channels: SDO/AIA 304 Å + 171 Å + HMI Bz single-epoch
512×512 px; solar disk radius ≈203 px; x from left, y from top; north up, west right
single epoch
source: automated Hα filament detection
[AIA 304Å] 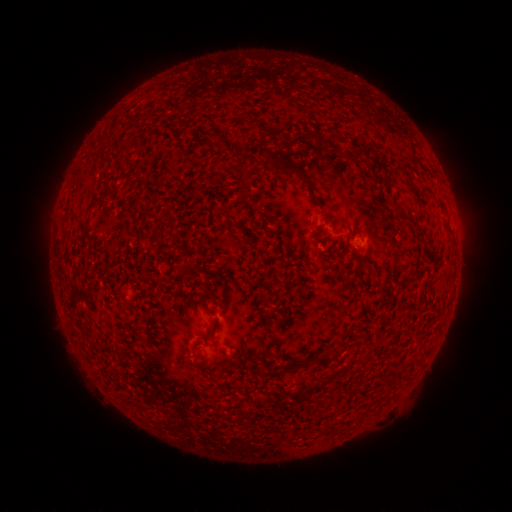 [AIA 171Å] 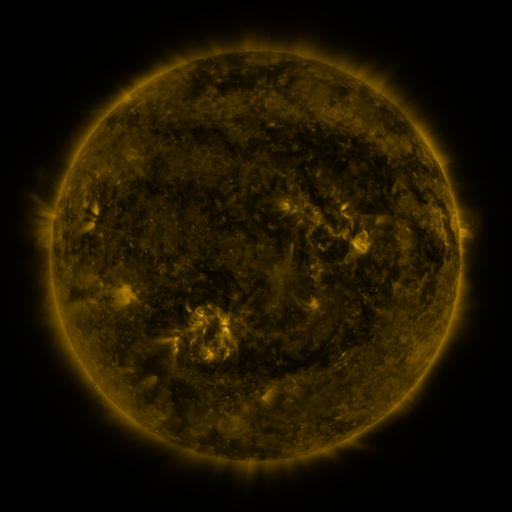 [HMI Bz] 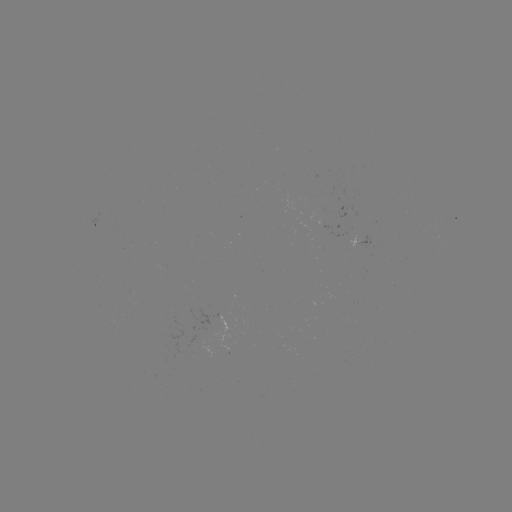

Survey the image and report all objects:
filament: [278, 136, 299, 151]
filament: [227, 140, 247, 185]
filament: [362, 145, 376, 157]
filament: [407, 153, 421, 165]
filament: [273, 156, 306, 182]
filament: [77, 173, 88, 182]
filament: [84, 183, 94, 195]
filament: [414, 186, 433, 200]
filament: [240, 191, 249, 201]
filament: [392, 202, 406, 215]
filament: [222, 217, 231, 226]
filament: [357, 273, 363, 285]
filament: [220, 296, 228, 308]
filament: [193, 344, 201, 357]
filament: [331, 349, 340, 358]
filament: [329, 422, 337, 433]
